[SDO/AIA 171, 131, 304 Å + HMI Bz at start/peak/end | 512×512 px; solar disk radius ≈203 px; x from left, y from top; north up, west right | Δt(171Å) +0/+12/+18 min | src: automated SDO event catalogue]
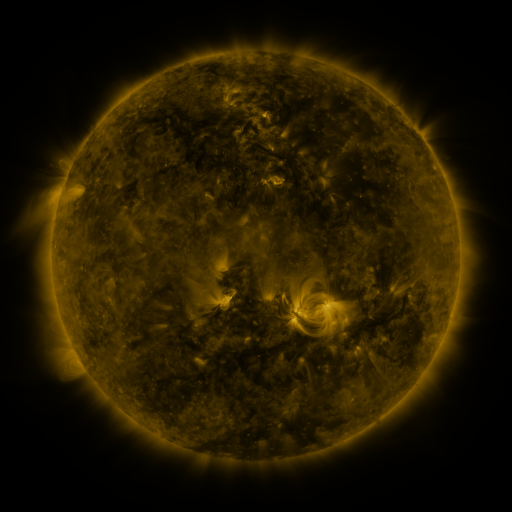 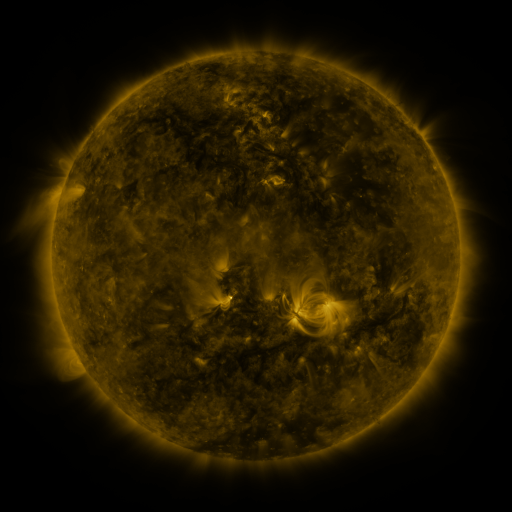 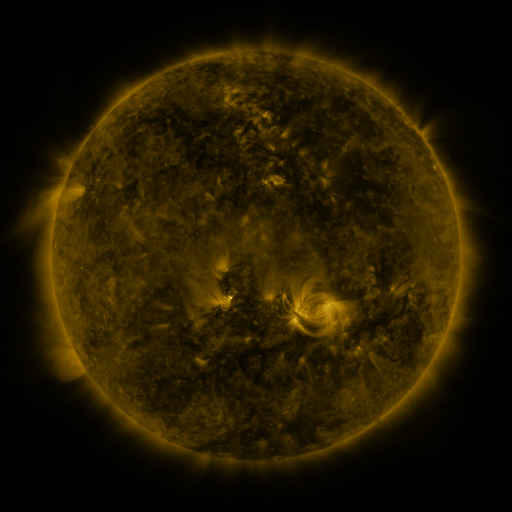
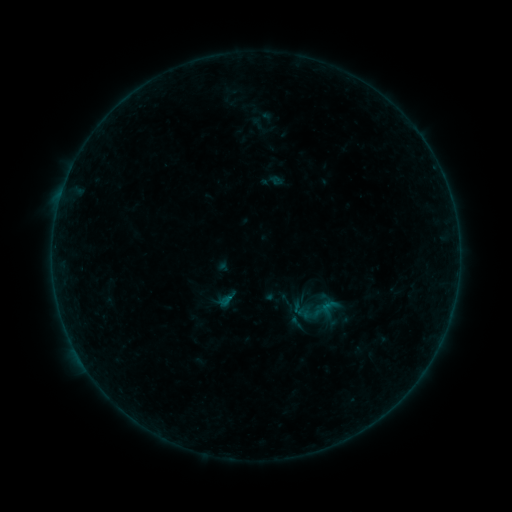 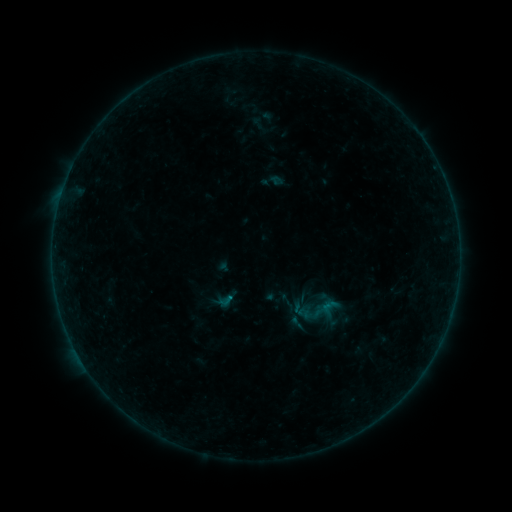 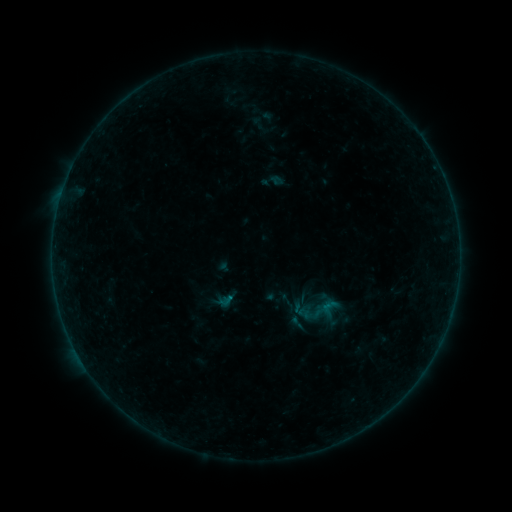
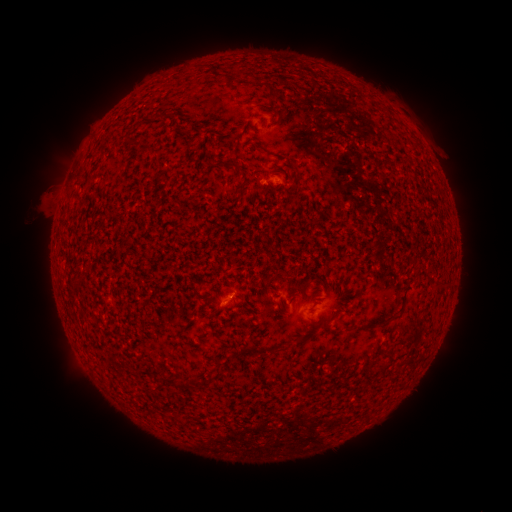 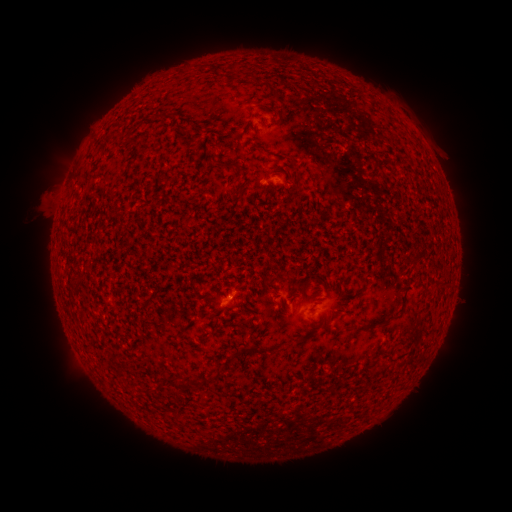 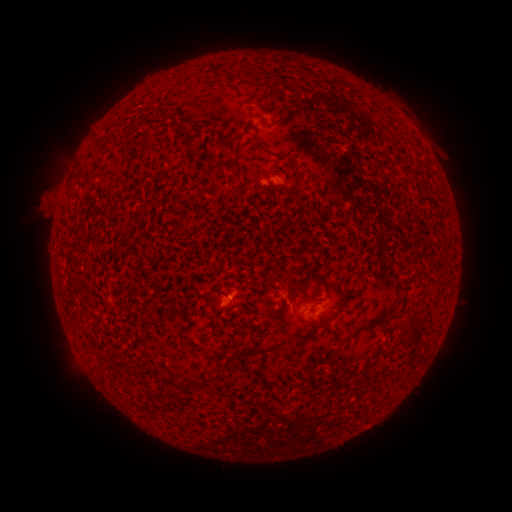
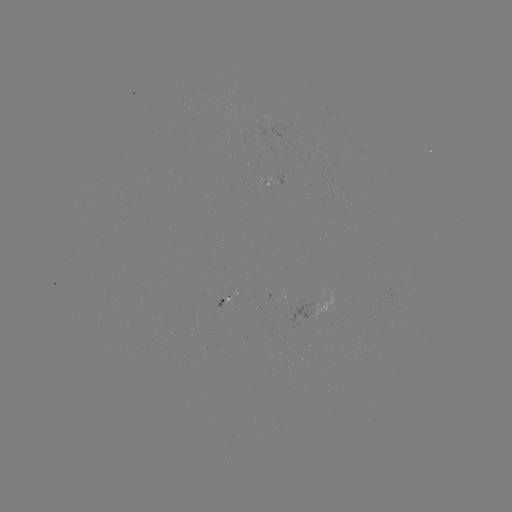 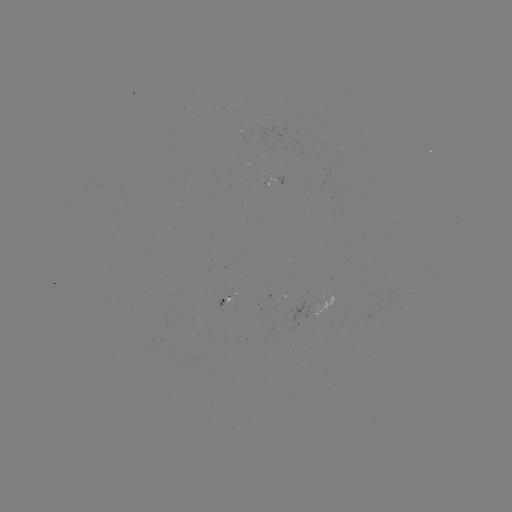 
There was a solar flare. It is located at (232, 297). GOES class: B1.1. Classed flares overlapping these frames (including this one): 1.